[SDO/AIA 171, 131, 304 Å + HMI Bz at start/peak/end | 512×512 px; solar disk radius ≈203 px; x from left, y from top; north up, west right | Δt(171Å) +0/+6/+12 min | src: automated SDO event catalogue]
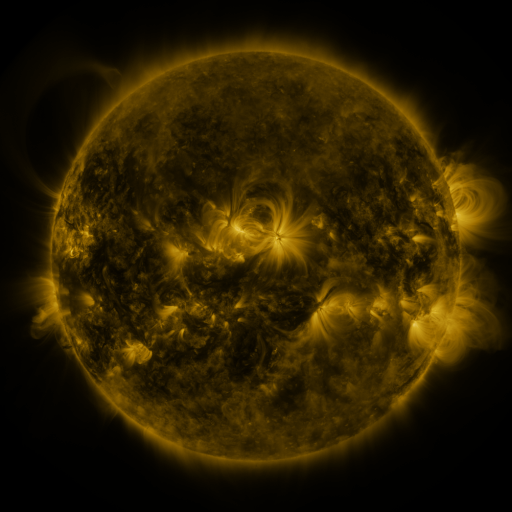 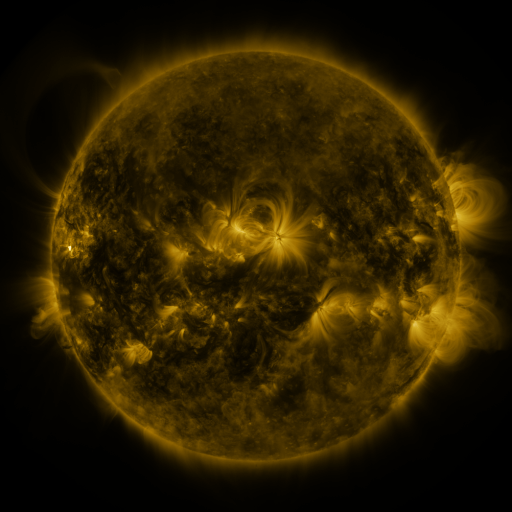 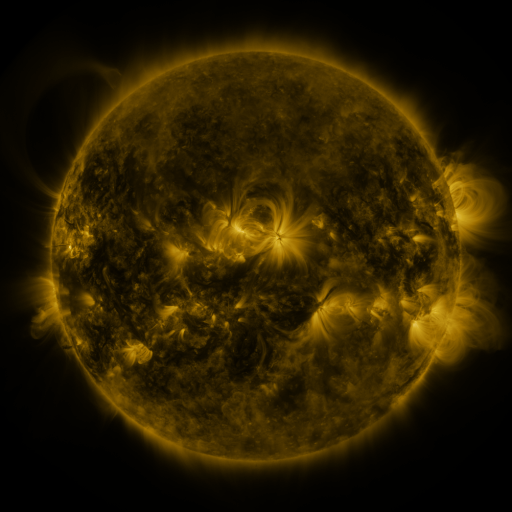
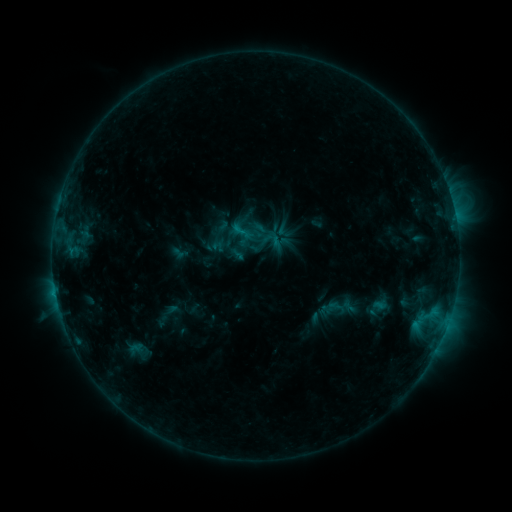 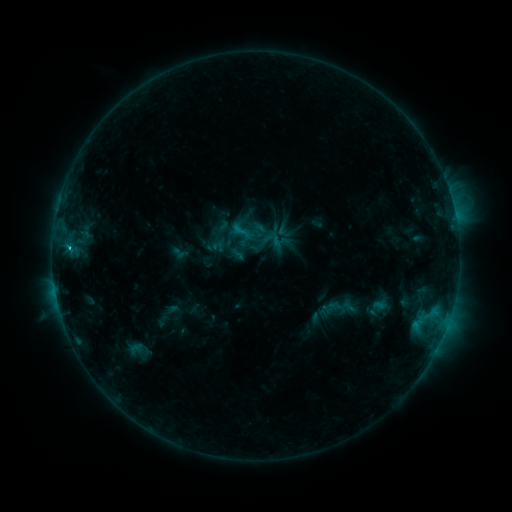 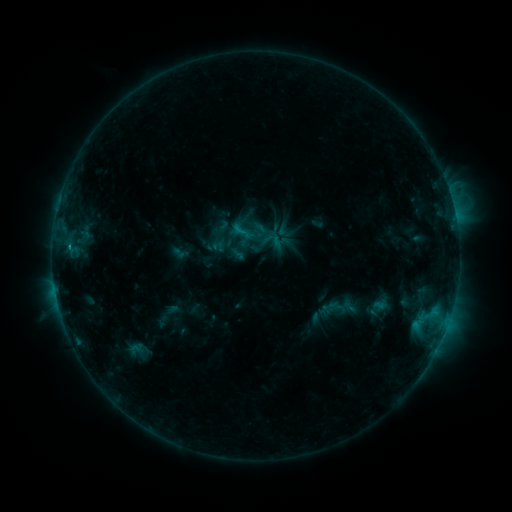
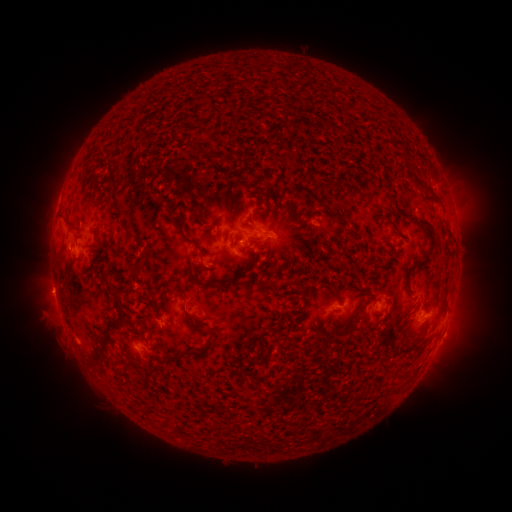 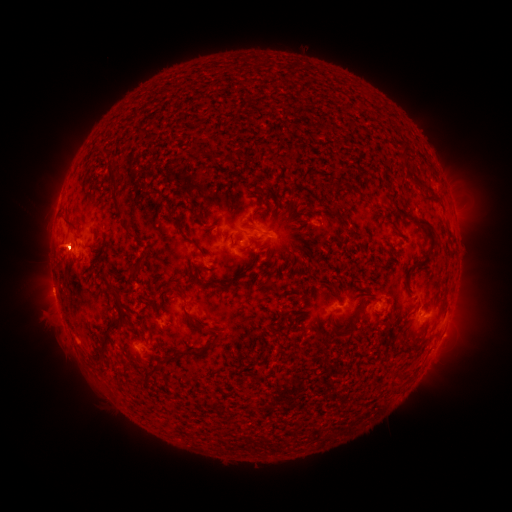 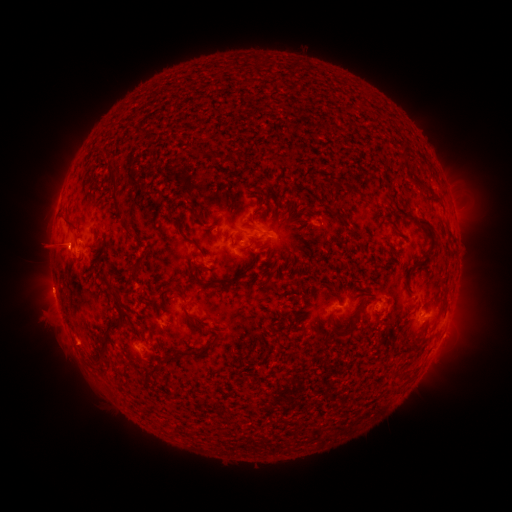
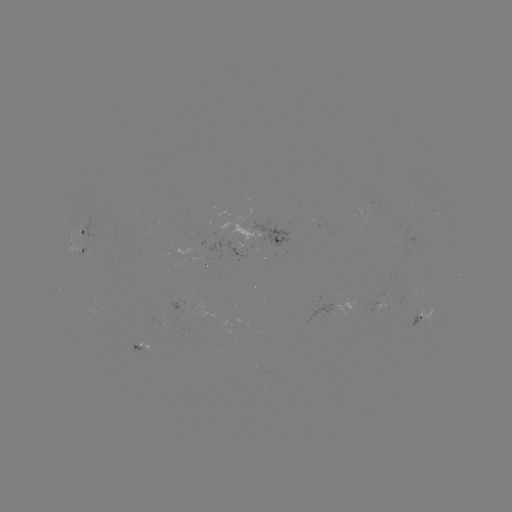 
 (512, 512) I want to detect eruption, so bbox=[27, 217, 90, 273].